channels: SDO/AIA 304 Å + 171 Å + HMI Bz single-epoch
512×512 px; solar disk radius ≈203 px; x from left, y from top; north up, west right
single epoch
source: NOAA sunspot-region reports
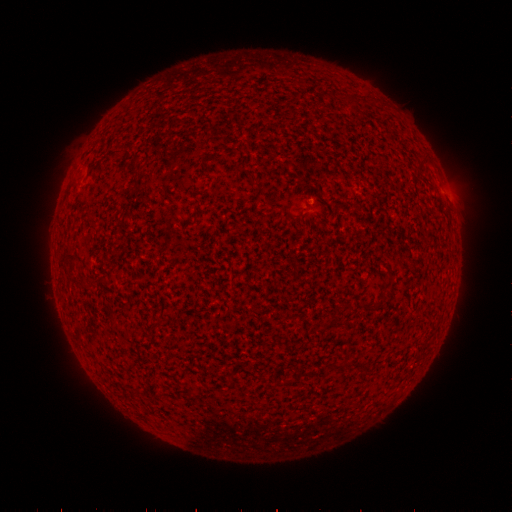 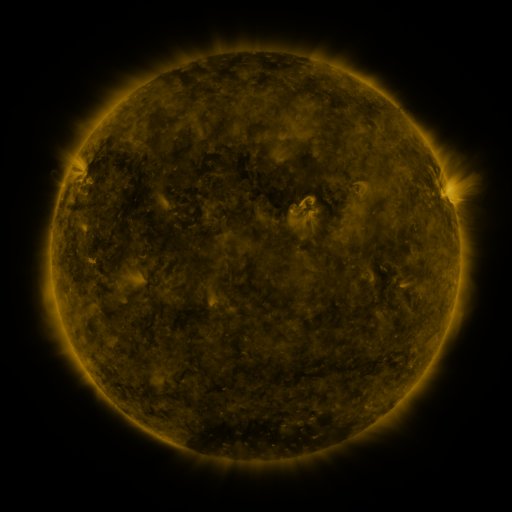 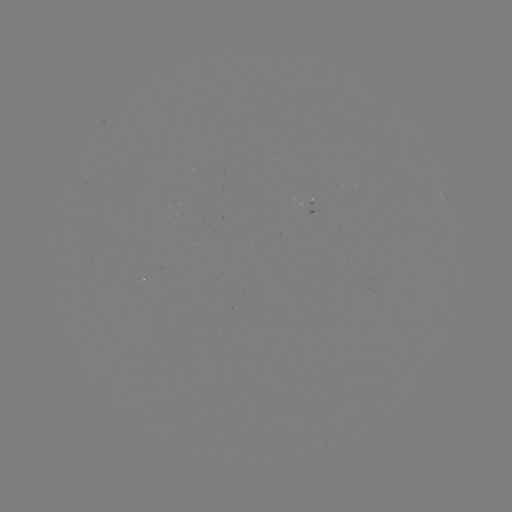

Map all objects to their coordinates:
(none)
